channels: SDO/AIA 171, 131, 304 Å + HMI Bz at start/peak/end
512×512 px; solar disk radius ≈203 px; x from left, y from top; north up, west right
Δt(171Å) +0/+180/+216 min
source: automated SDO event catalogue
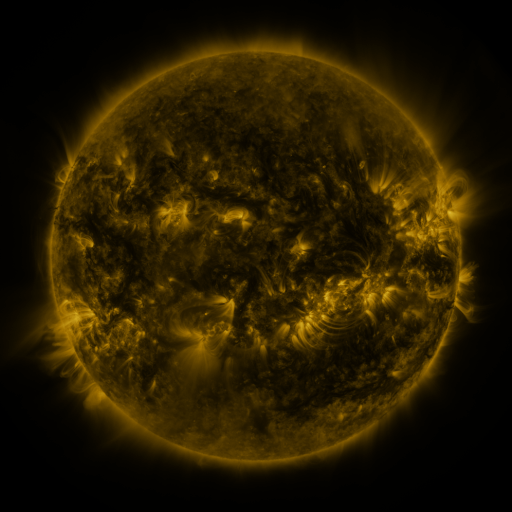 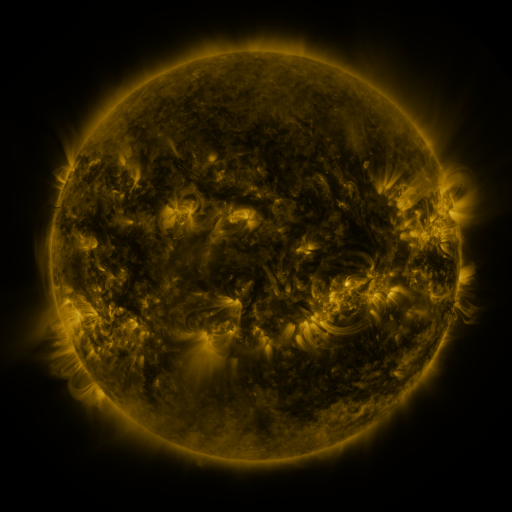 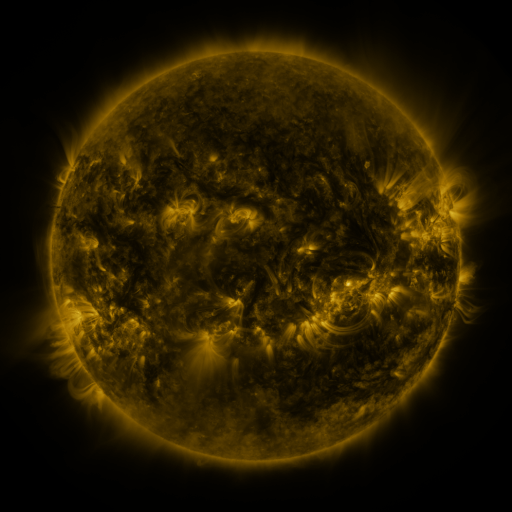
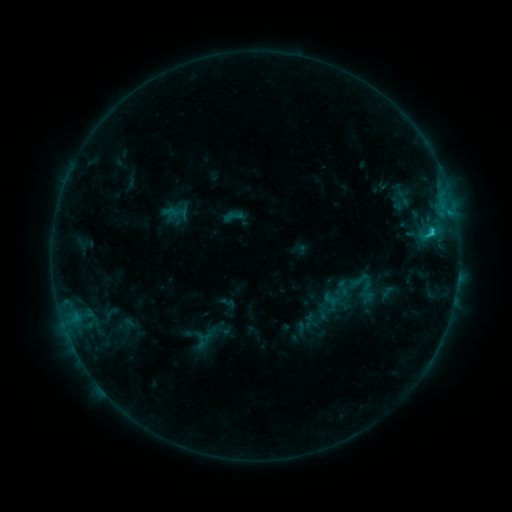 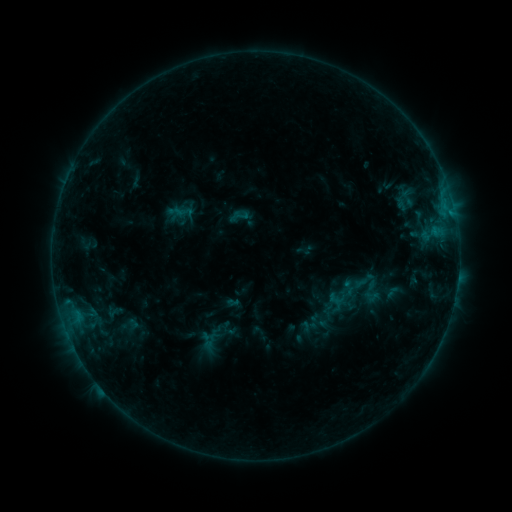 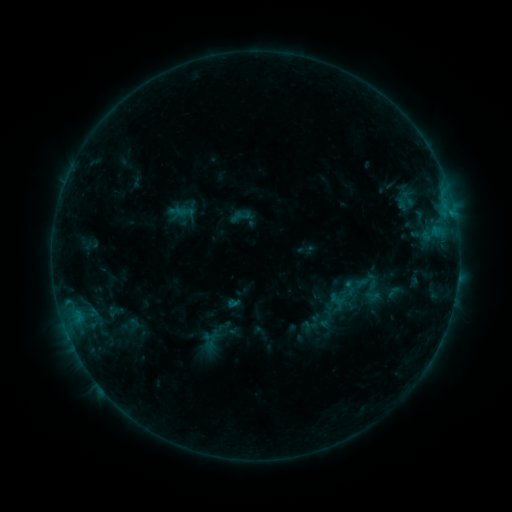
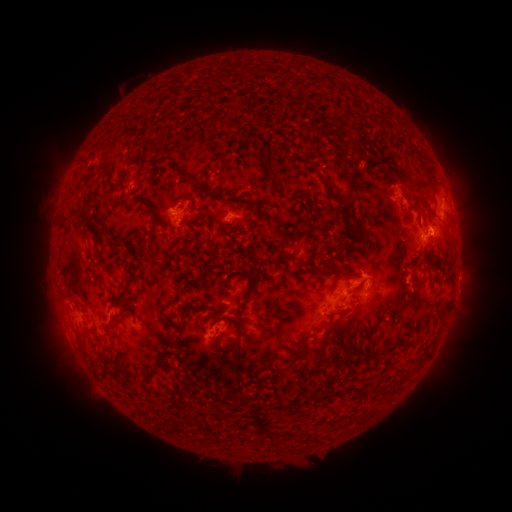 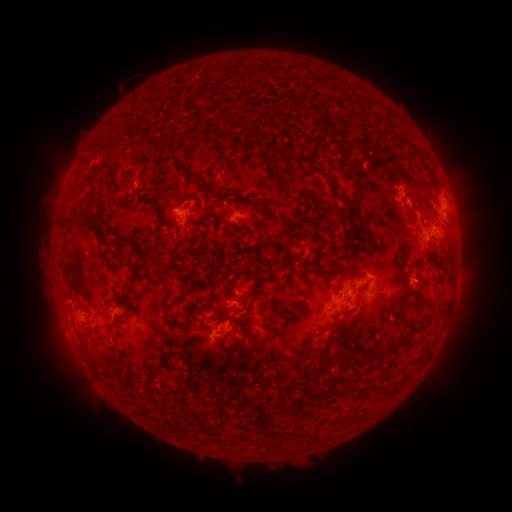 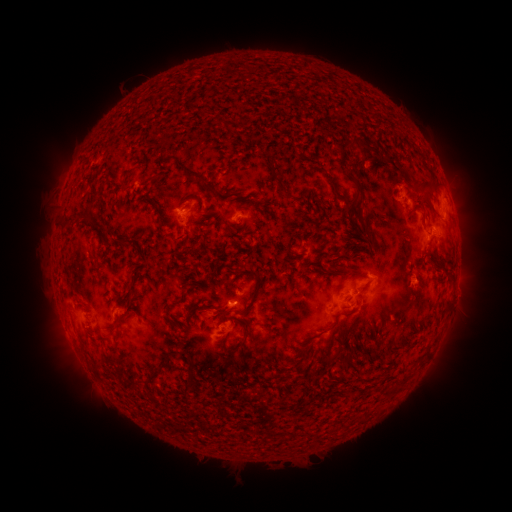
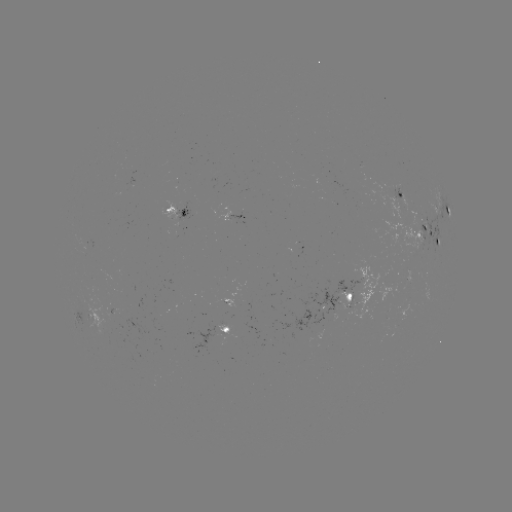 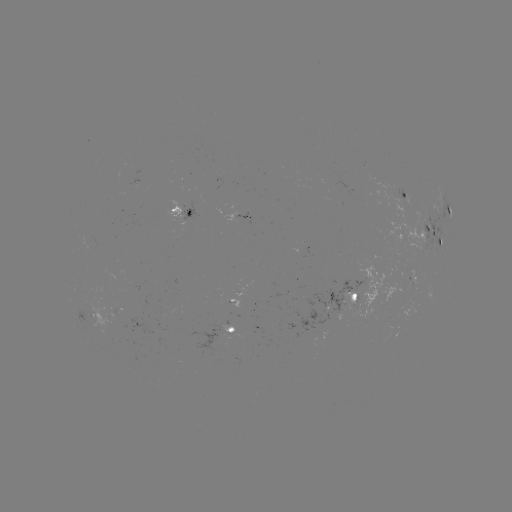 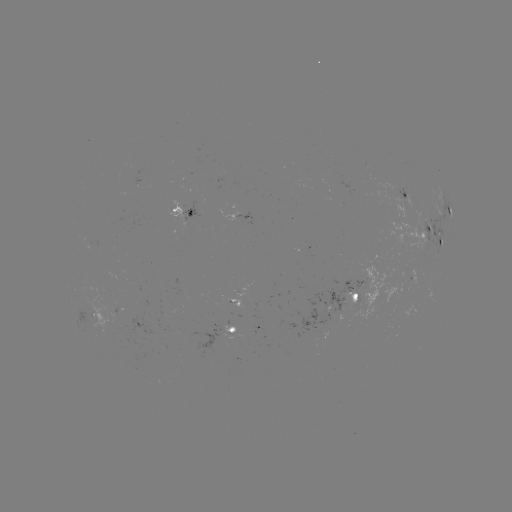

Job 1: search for emerging-flux region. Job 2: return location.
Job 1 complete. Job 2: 411,278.